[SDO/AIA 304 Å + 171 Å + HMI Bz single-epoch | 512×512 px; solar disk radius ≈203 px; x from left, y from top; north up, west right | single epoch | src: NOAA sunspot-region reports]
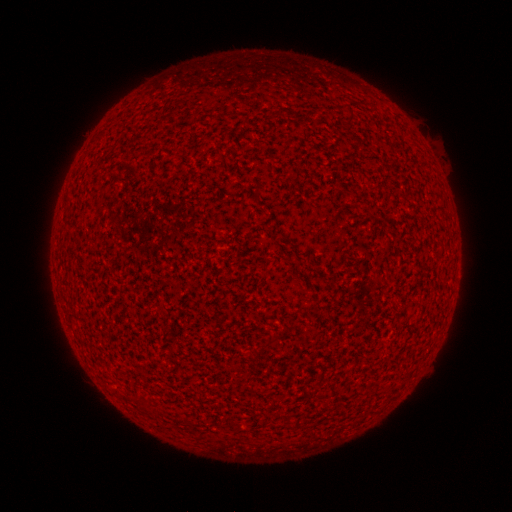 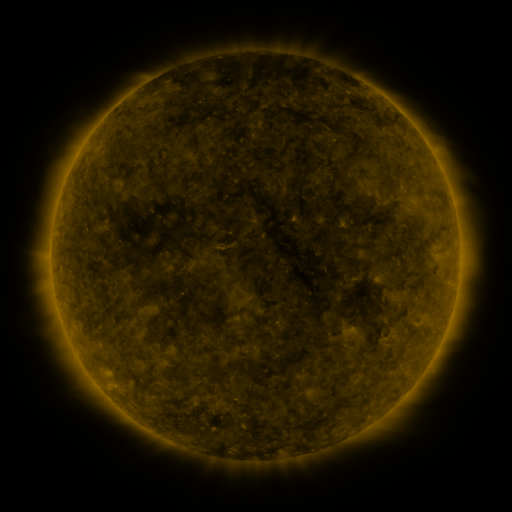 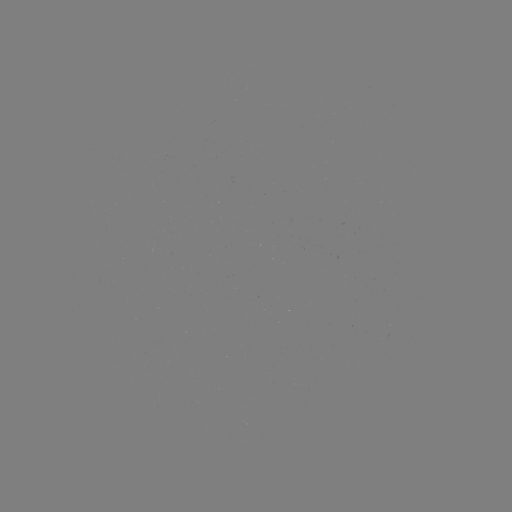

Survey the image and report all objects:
(none)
